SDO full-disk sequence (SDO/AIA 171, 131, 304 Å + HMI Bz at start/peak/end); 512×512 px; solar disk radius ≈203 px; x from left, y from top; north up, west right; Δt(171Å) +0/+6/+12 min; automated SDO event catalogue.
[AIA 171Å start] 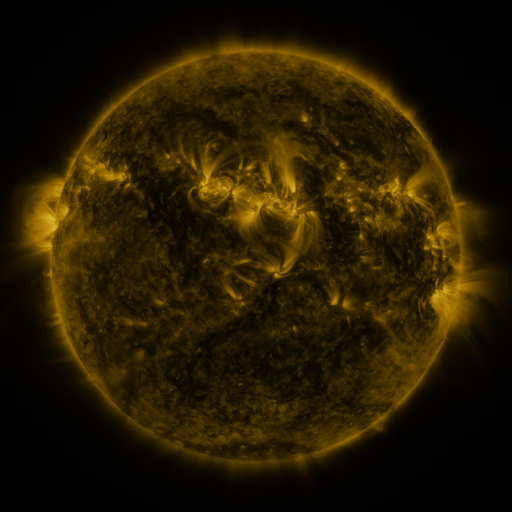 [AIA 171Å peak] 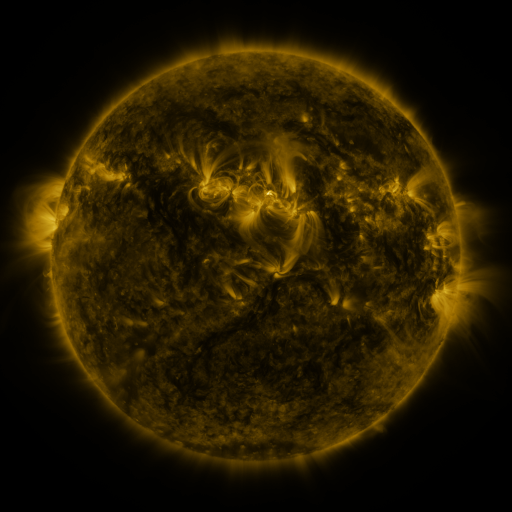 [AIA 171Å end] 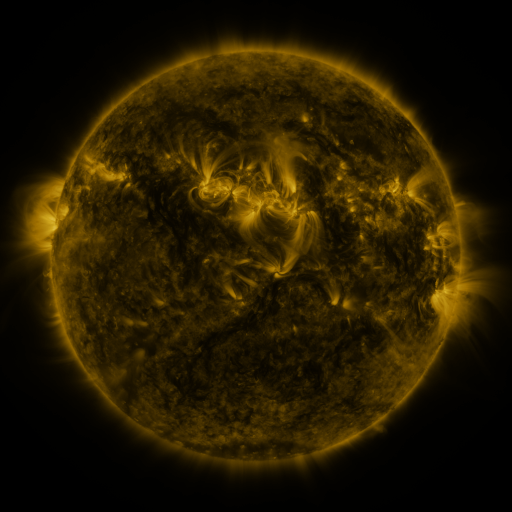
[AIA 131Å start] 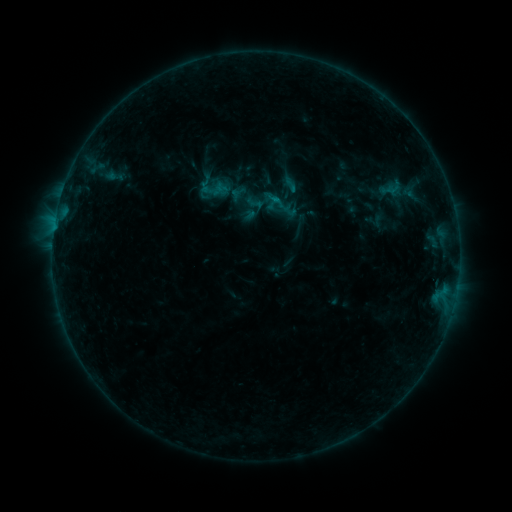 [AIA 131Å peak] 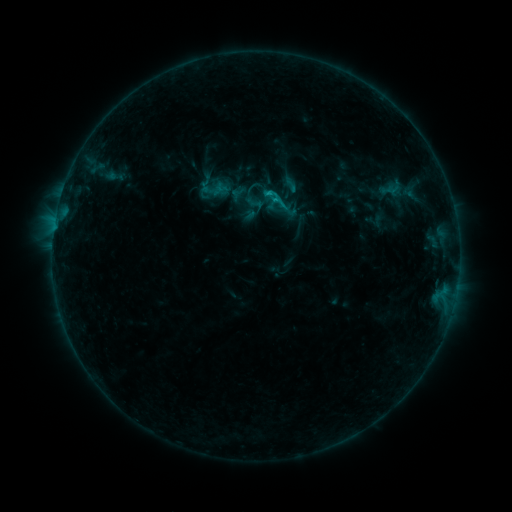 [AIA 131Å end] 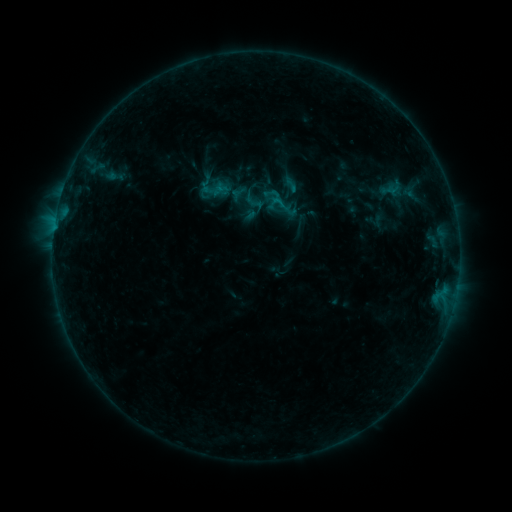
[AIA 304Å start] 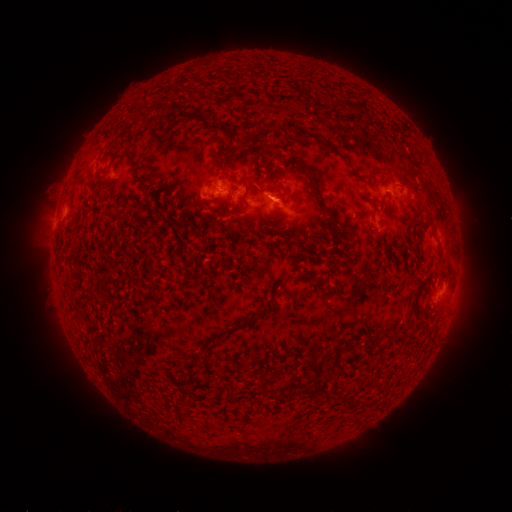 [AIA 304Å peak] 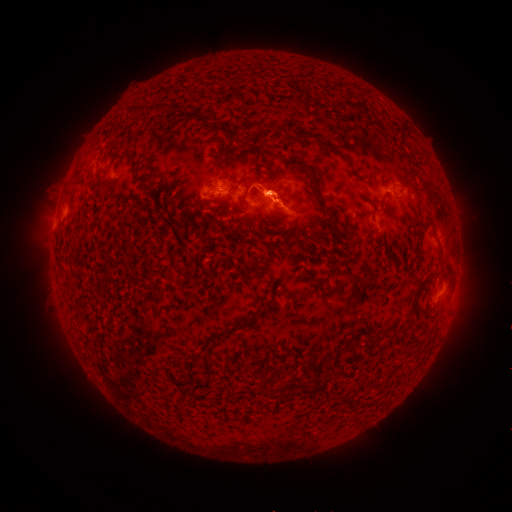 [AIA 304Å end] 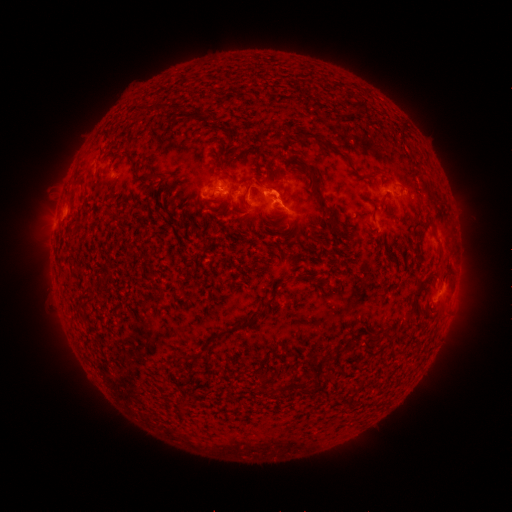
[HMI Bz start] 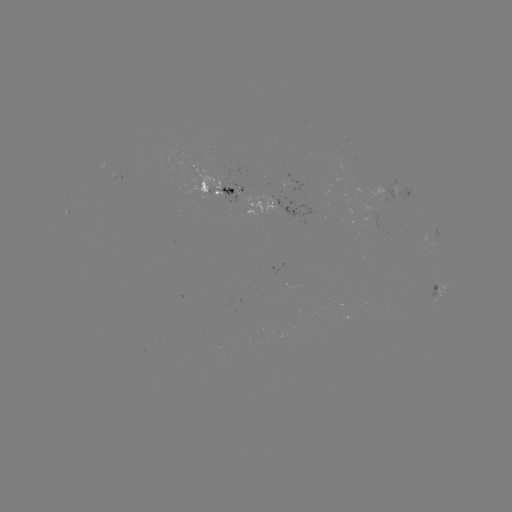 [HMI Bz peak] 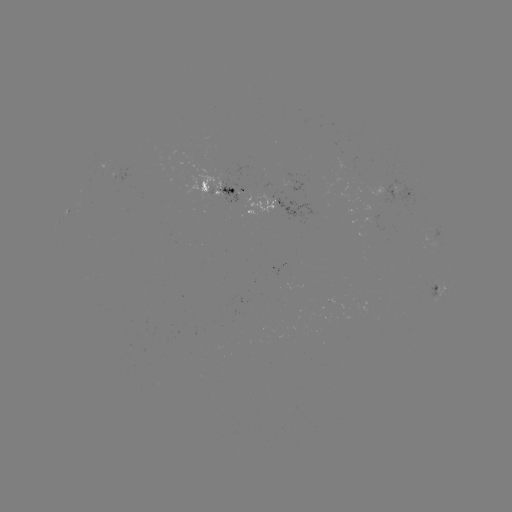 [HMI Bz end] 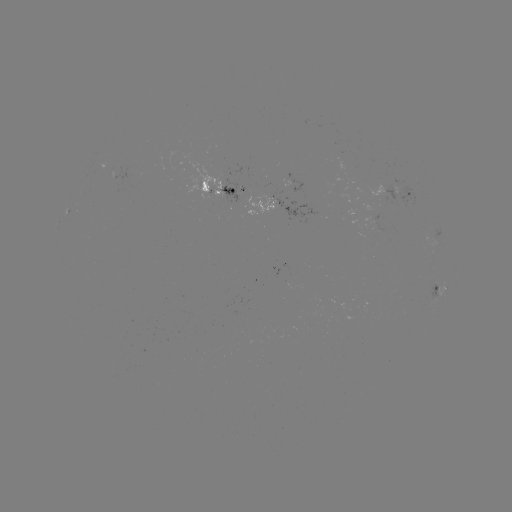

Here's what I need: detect B5.8 flare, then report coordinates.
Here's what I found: B5.8 flare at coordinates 273,201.